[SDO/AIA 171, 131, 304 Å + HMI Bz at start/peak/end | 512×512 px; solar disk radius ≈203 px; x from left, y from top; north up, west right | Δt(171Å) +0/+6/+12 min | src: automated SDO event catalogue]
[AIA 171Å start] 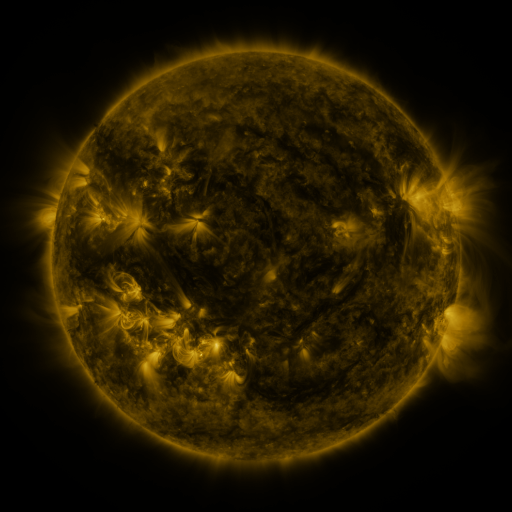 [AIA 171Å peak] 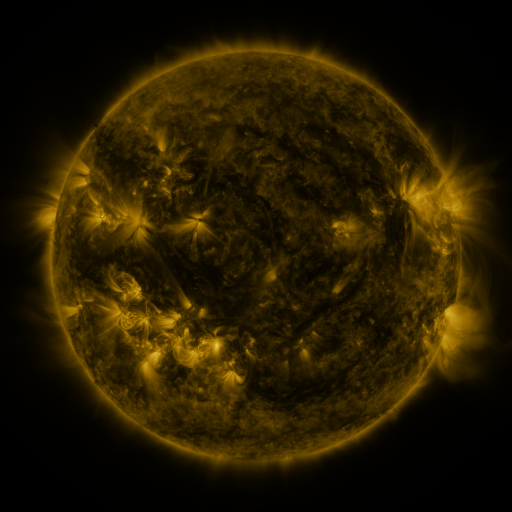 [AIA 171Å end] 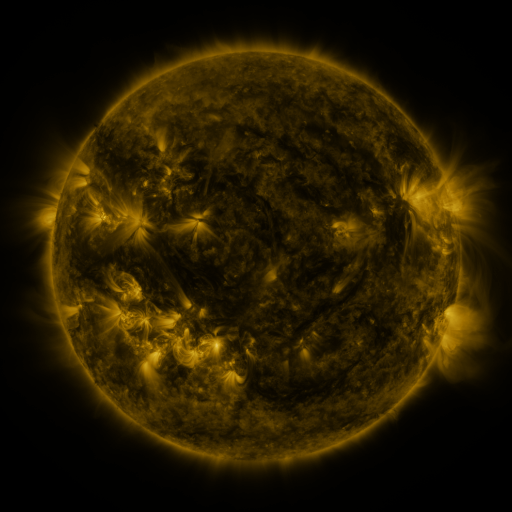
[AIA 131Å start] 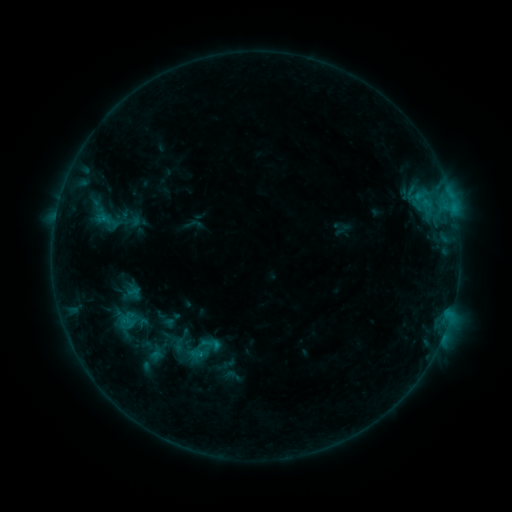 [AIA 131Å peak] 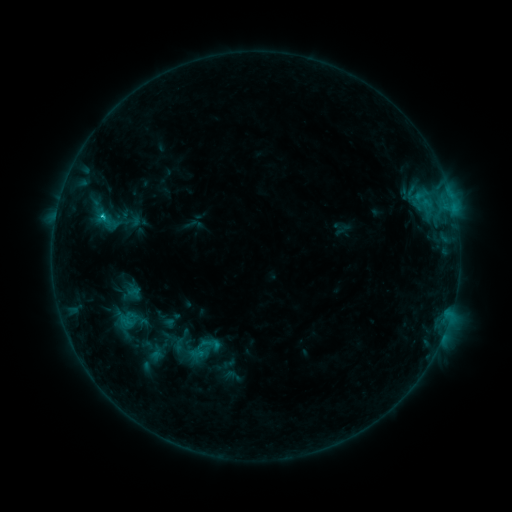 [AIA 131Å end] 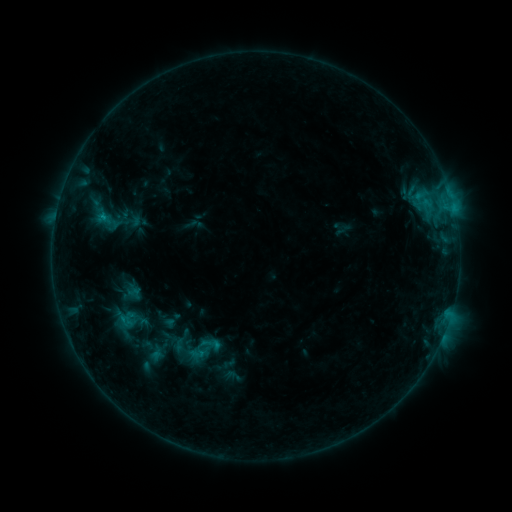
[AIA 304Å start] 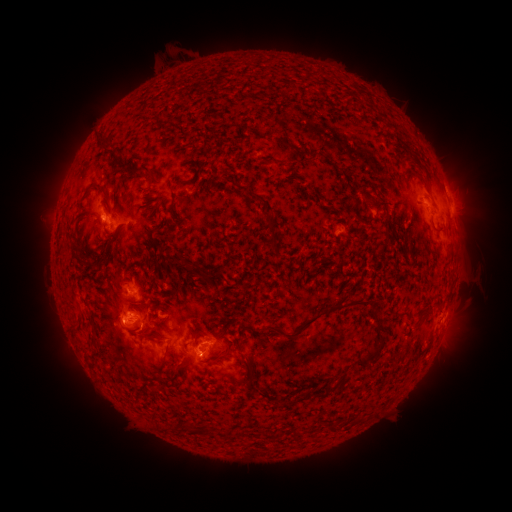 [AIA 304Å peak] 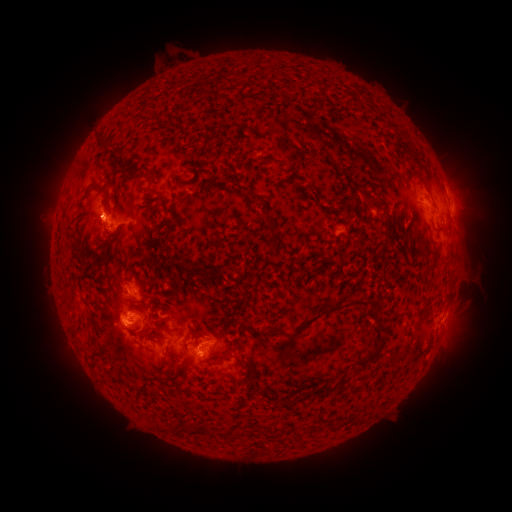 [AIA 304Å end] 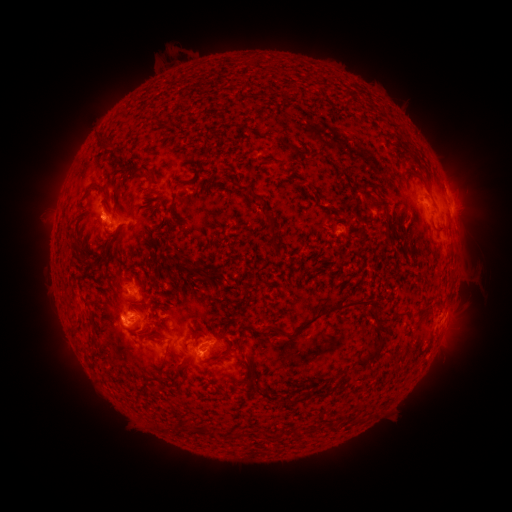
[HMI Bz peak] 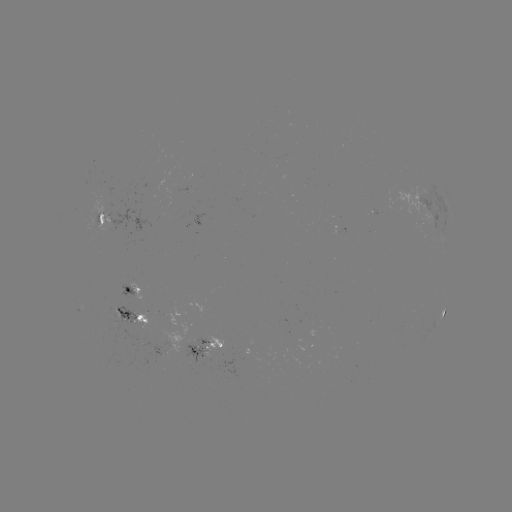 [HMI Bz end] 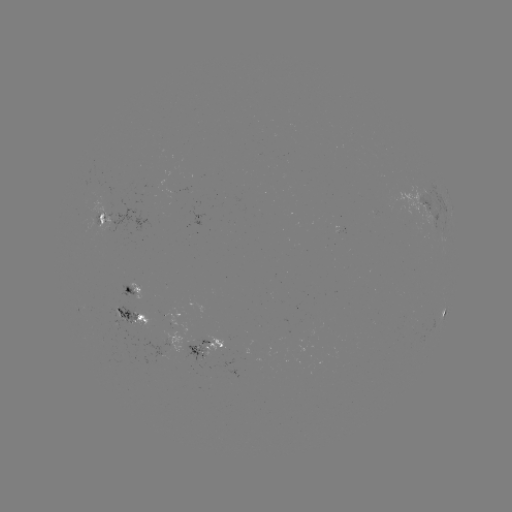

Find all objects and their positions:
C1.0 flare: (106, 222)
